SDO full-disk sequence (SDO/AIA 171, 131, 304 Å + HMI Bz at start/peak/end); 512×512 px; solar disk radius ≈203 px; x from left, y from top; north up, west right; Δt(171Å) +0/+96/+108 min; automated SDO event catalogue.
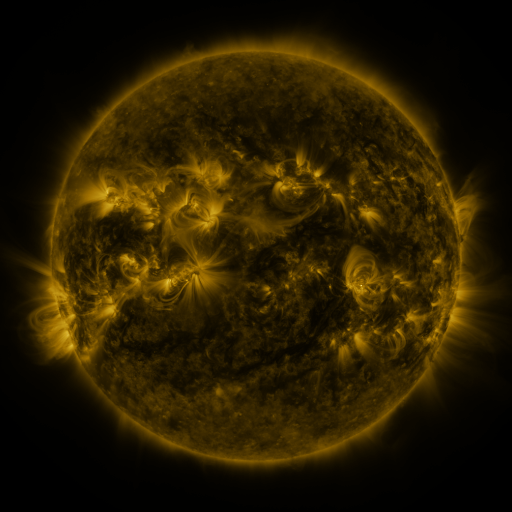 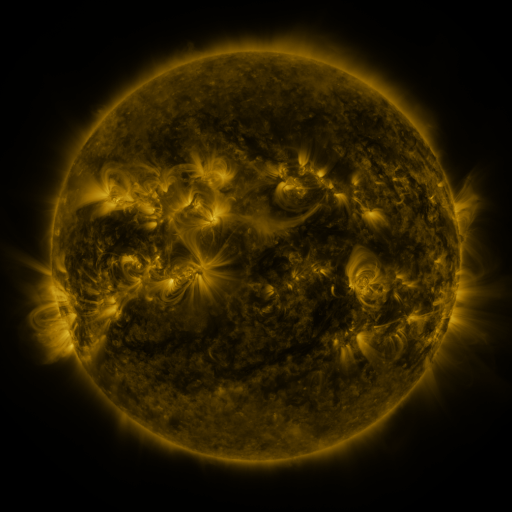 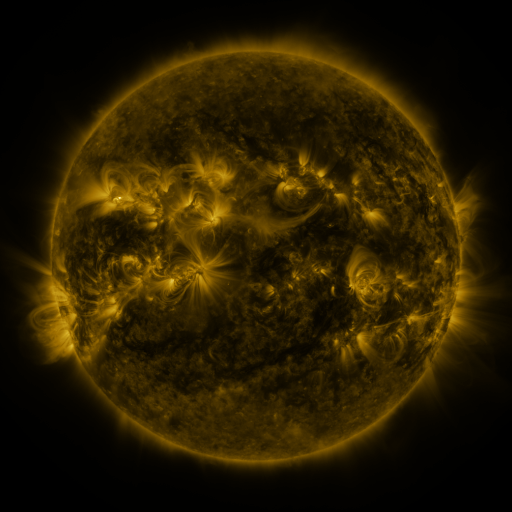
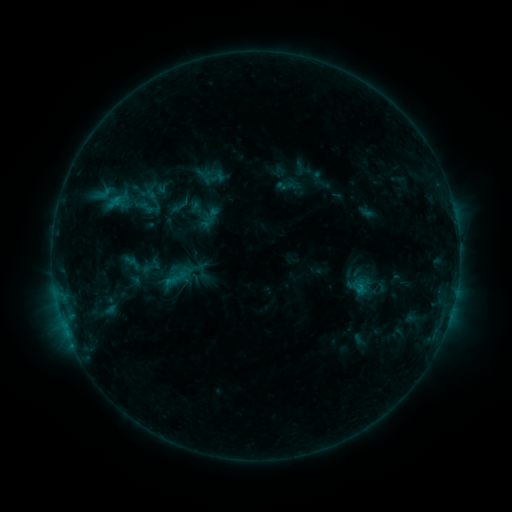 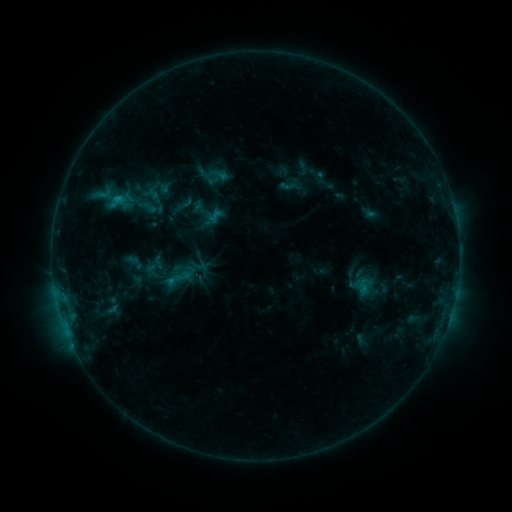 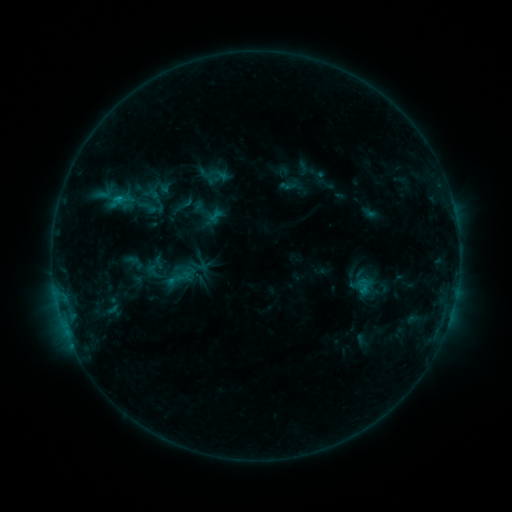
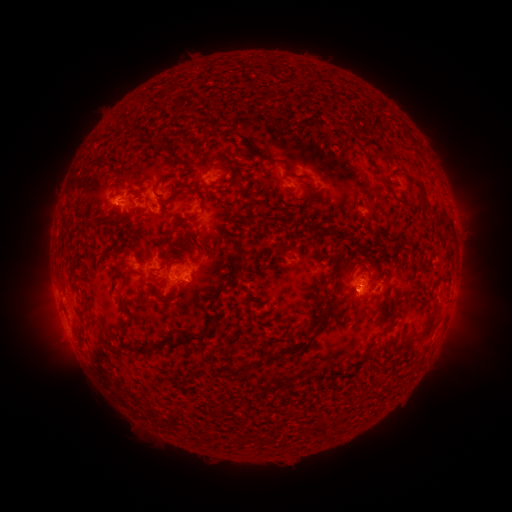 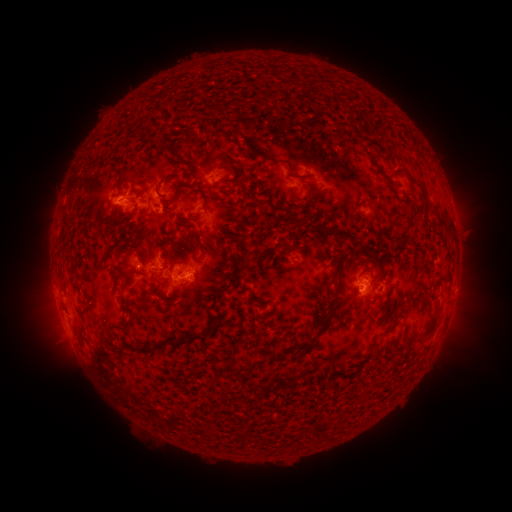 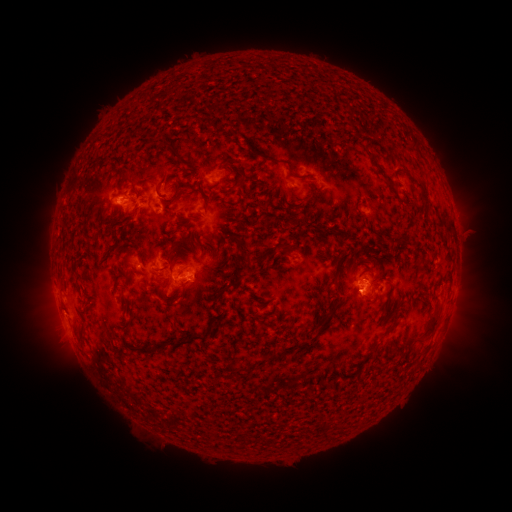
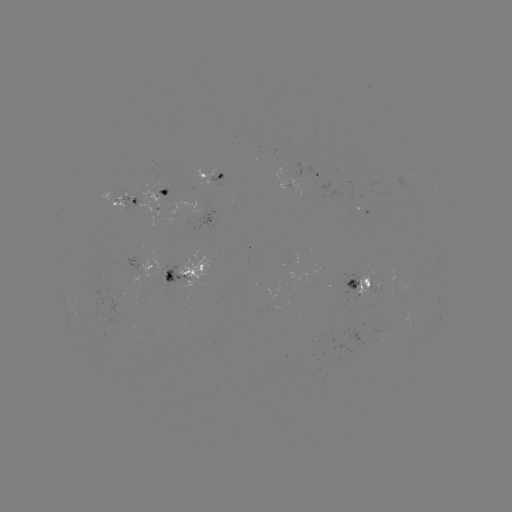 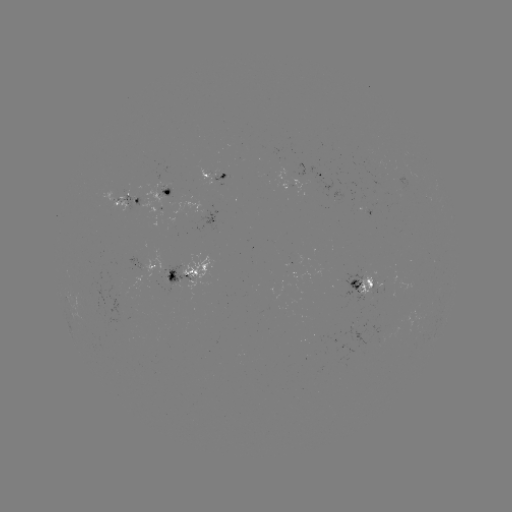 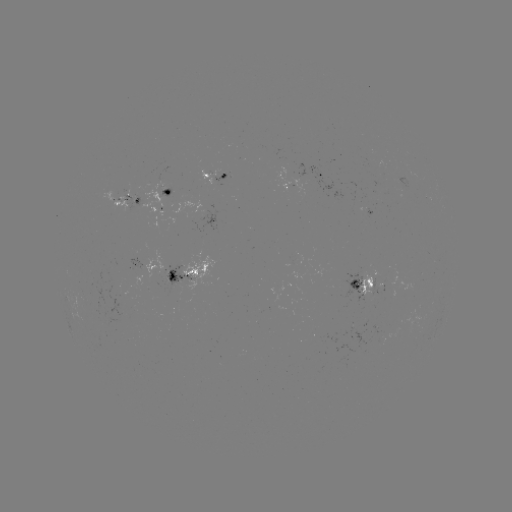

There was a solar emerging-flux region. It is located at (413, 321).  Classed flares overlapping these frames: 1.